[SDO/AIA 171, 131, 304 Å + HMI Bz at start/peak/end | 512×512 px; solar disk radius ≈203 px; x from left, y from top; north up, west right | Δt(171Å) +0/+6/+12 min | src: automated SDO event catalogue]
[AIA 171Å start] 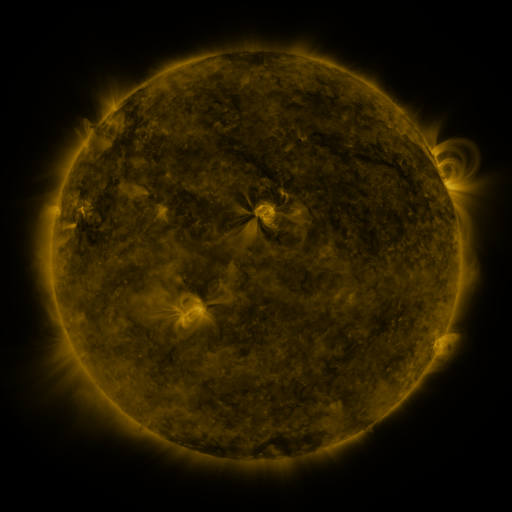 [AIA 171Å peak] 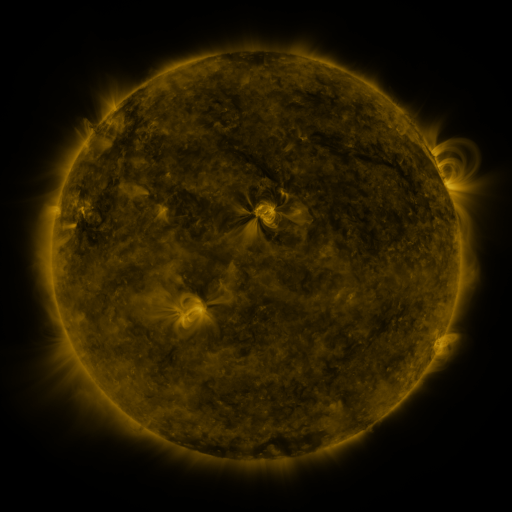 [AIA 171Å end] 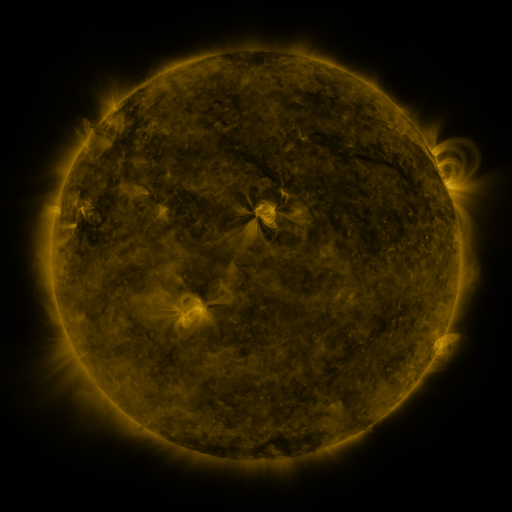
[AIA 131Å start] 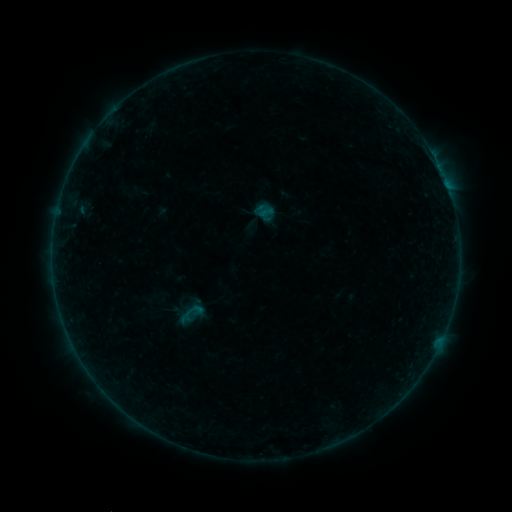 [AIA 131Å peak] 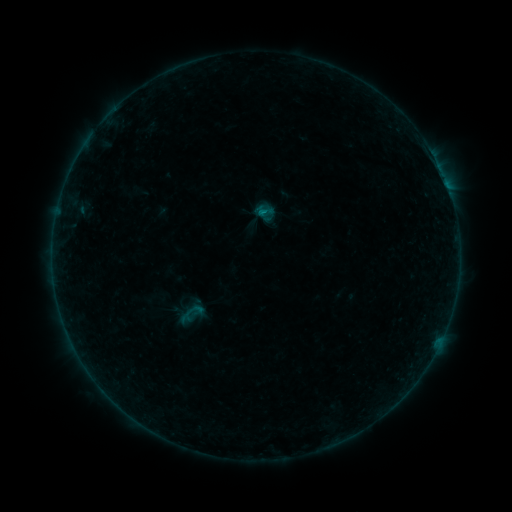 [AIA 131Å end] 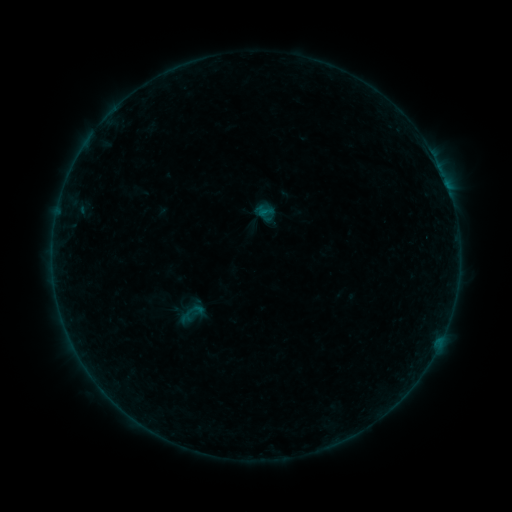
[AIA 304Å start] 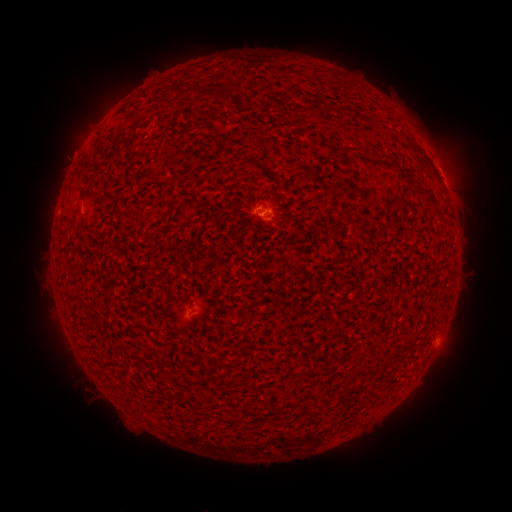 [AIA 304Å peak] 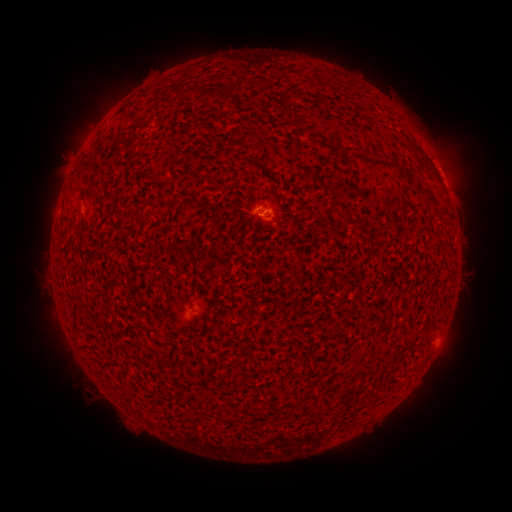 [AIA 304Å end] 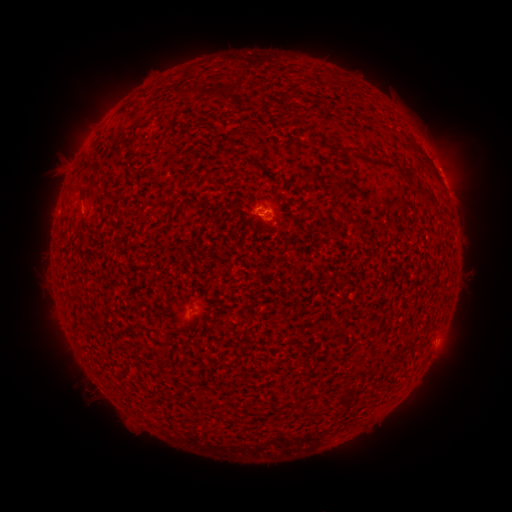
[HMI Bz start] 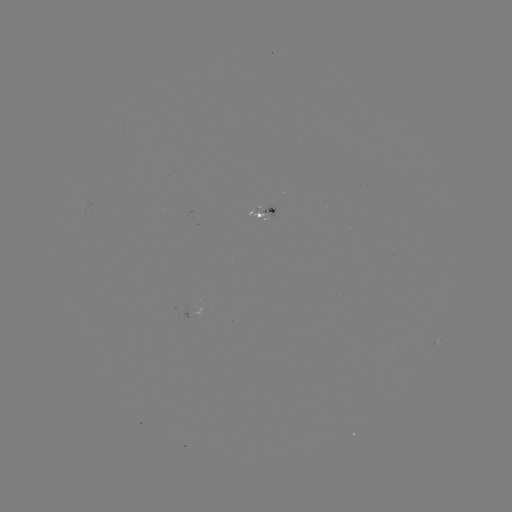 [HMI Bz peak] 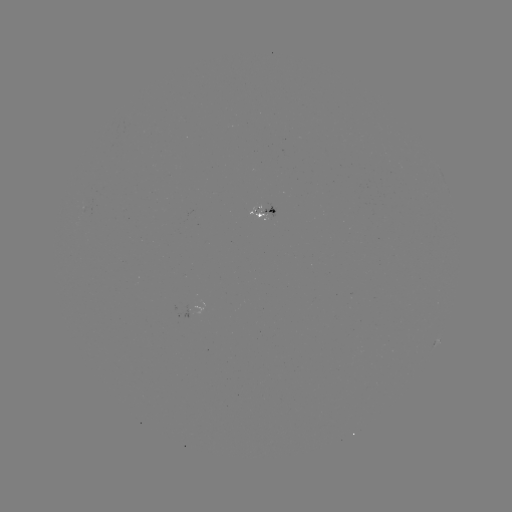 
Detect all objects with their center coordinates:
B2.4 flare: (262, 214)
